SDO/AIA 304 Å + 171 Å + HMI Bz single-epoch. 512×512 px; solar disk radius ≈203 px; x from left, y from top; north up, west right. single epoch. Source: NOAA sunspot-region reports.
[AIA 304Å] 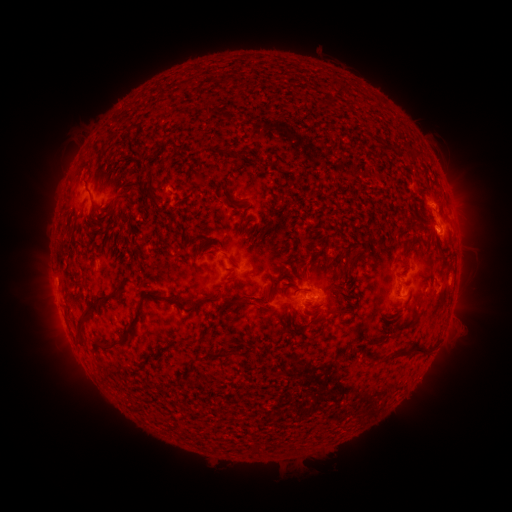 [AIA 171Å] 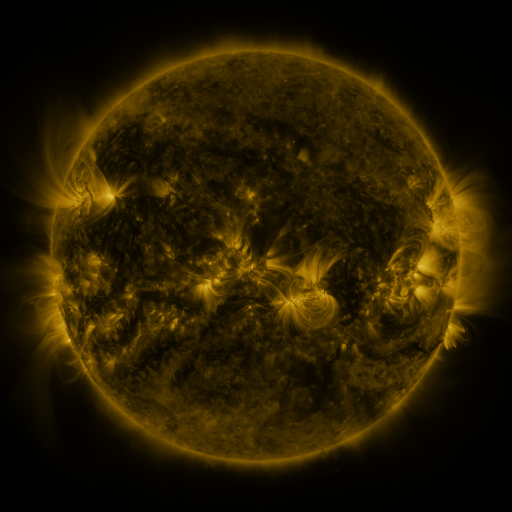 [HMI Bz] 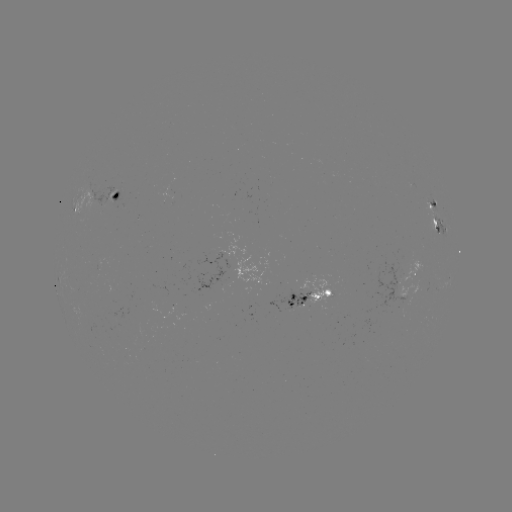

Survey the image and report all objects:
spotted active region: (120, 195)
spotted active region: (430, 205)
spotted active region: (81, 211)
spotted active region: (437, 223)
spotted active region: (414, 272)
spotted active region: (315, 295)
